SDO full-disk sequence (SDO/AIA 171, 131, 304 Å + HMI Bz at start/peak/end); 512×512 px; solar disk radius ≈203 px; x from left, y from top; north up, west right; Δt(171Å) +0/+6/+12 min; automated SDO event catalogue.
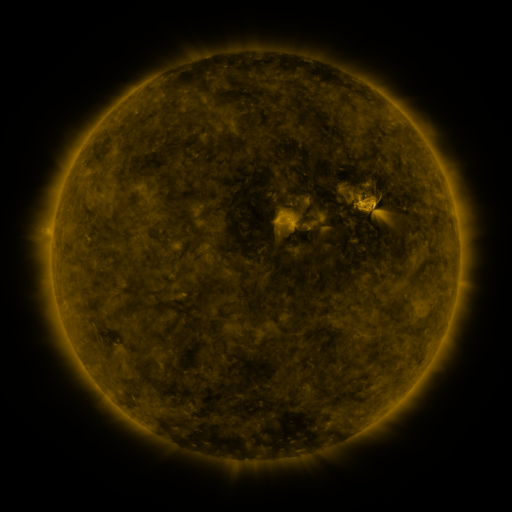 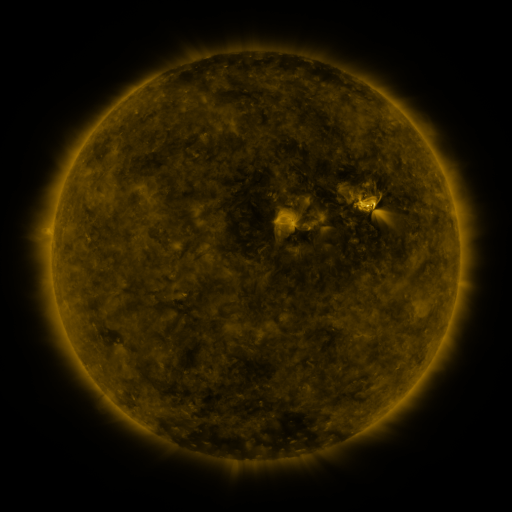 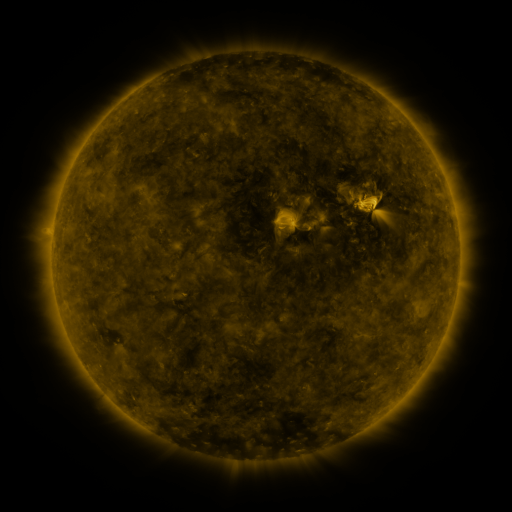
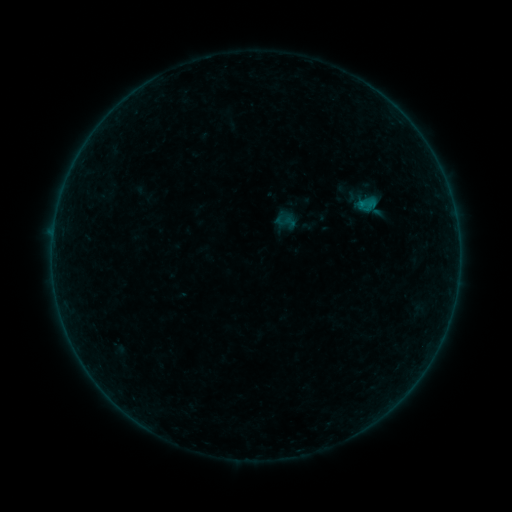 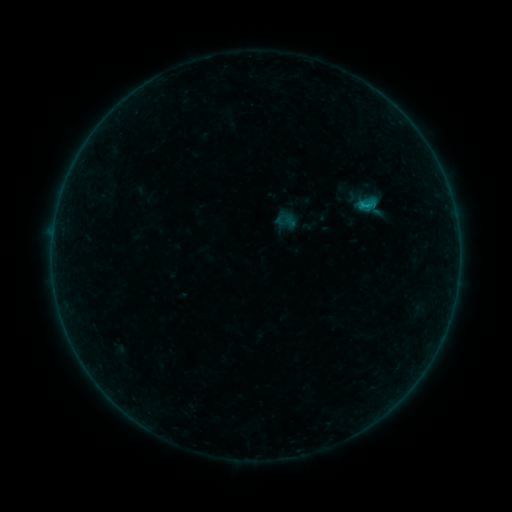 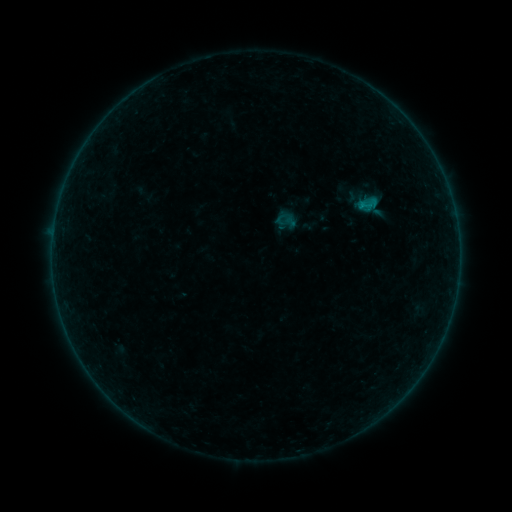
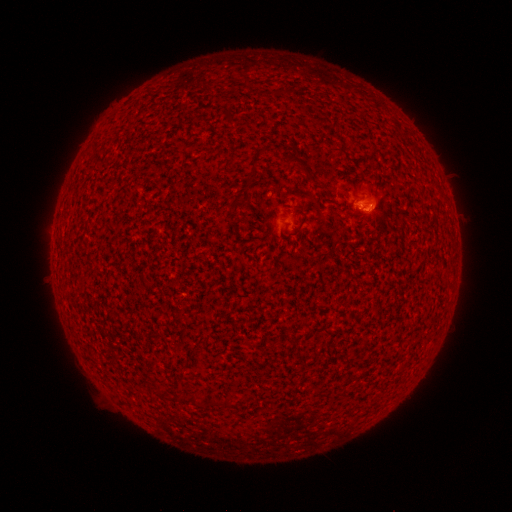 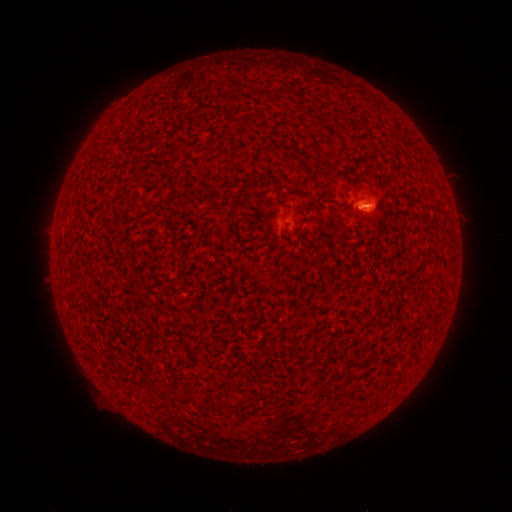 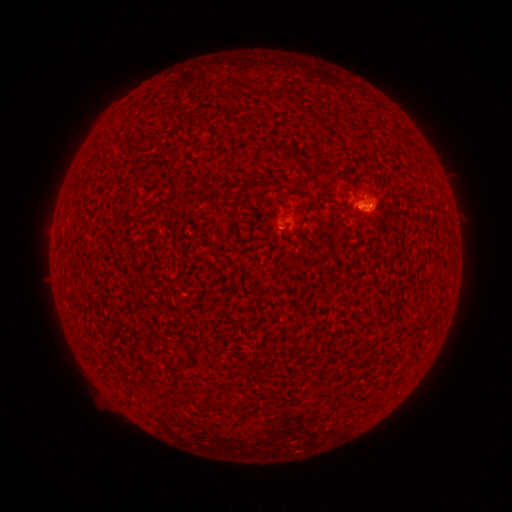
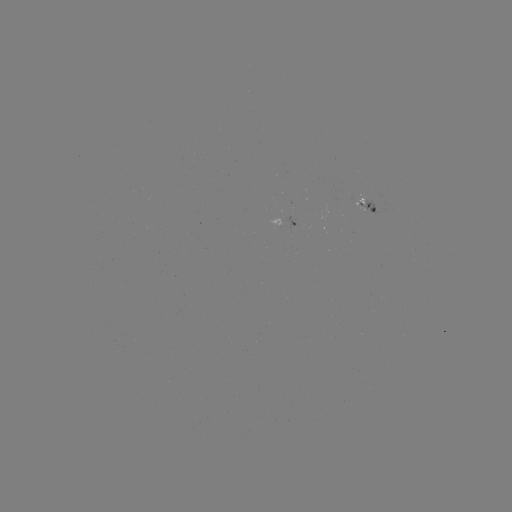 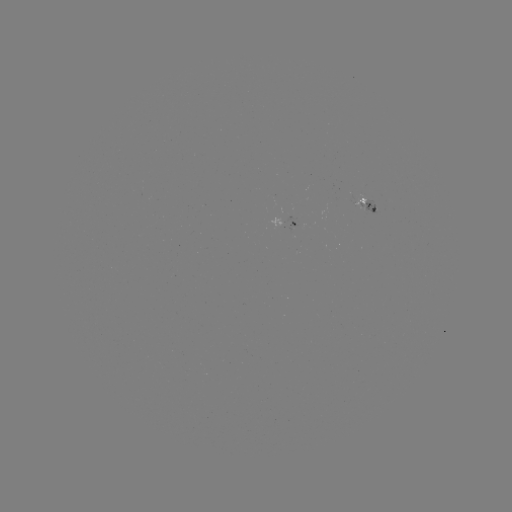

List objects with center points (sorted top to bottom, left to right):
B1.8 flare: (360, 206)
